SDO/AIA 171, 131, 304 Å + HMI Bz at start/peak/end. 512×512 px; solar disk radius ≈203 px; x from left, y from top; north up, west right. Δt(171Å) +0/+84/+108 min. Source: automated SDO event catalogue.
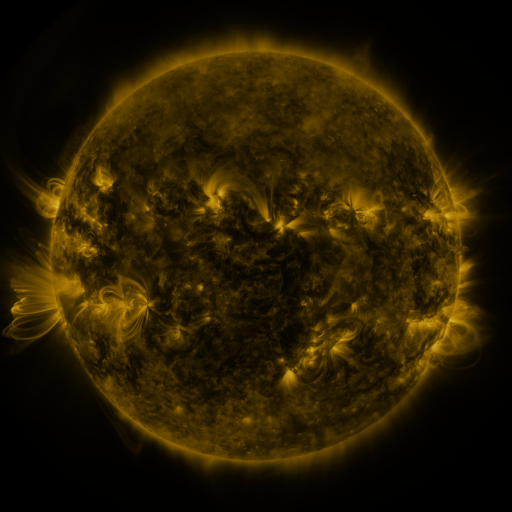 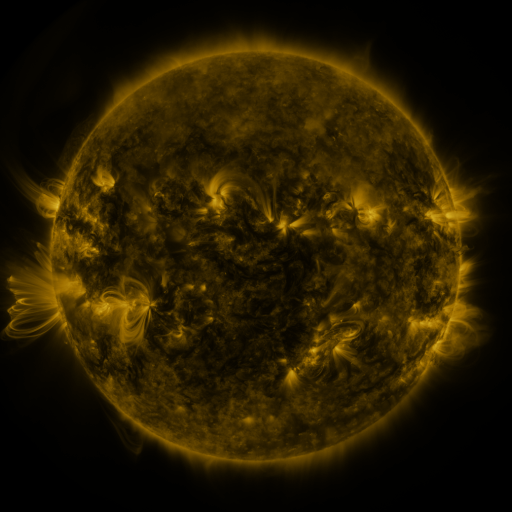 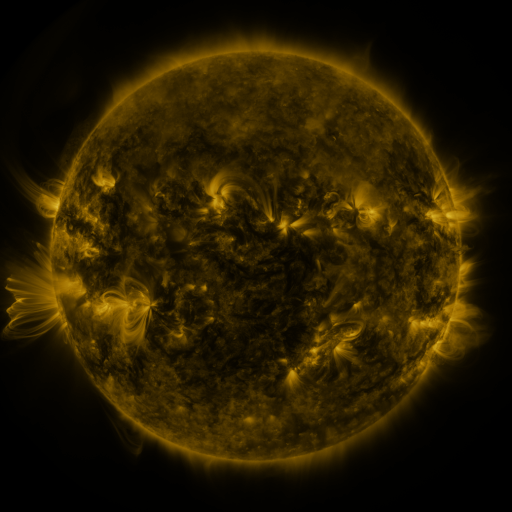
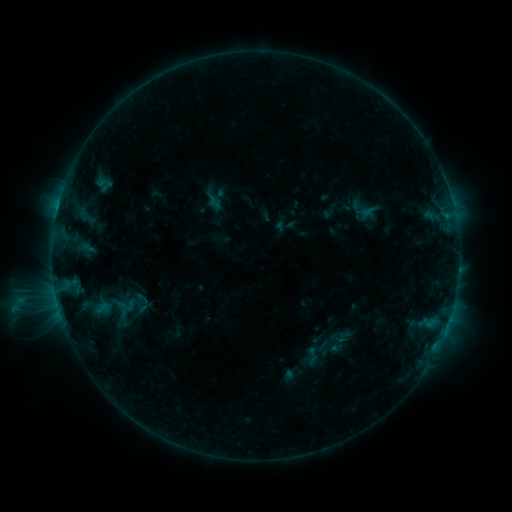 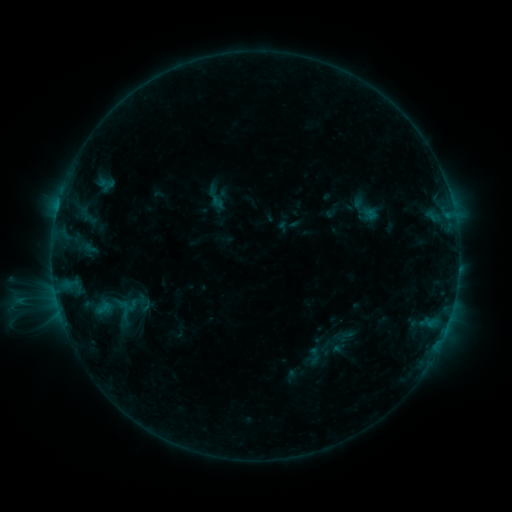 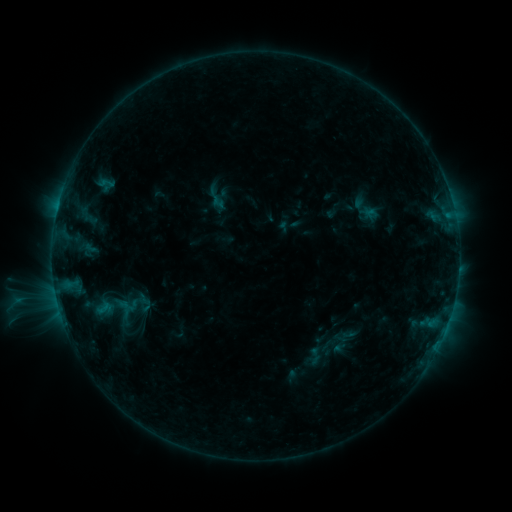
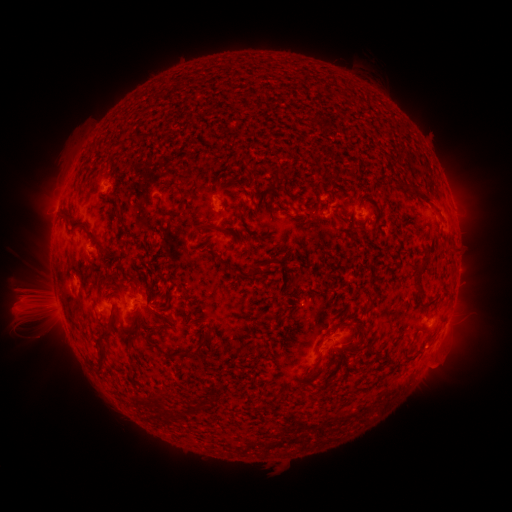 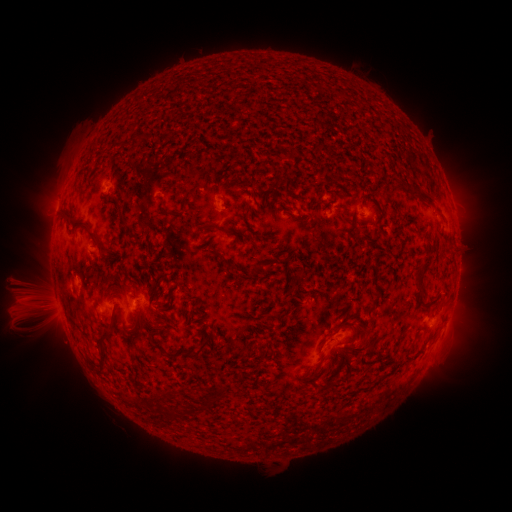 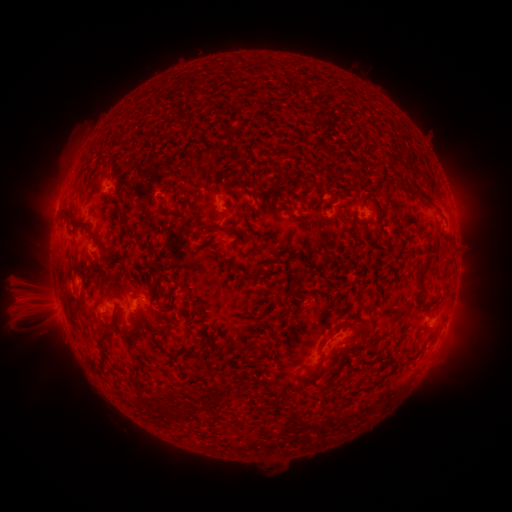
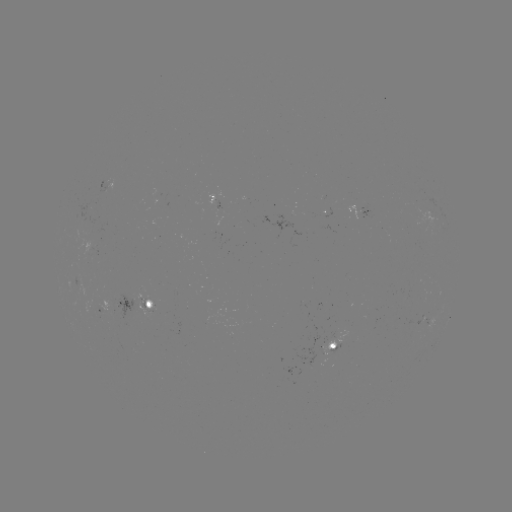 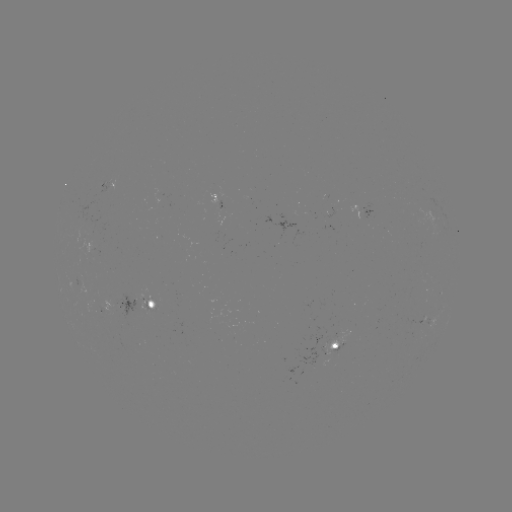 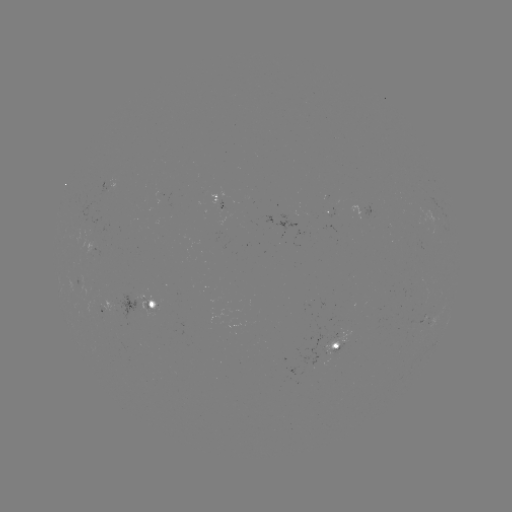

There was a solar emerging-flux region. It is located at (328, 346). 